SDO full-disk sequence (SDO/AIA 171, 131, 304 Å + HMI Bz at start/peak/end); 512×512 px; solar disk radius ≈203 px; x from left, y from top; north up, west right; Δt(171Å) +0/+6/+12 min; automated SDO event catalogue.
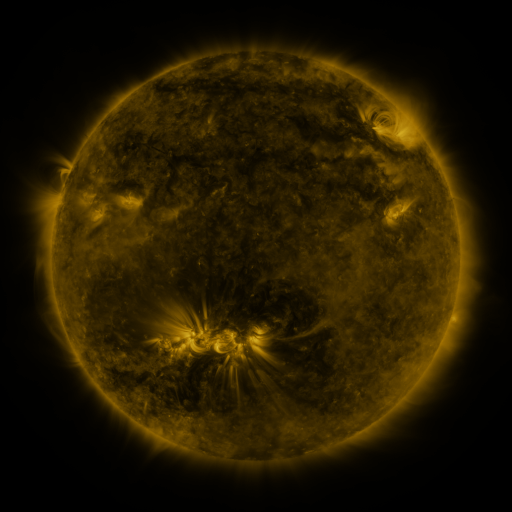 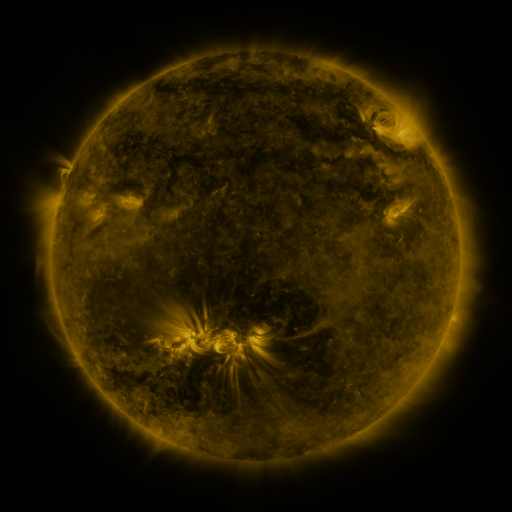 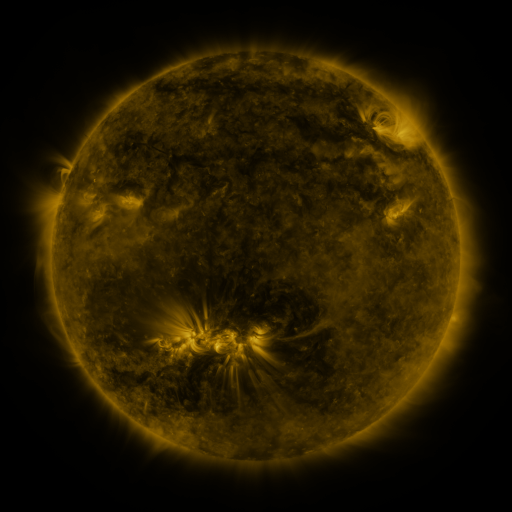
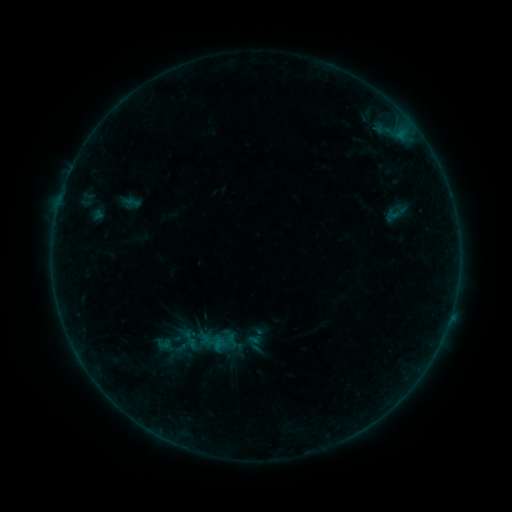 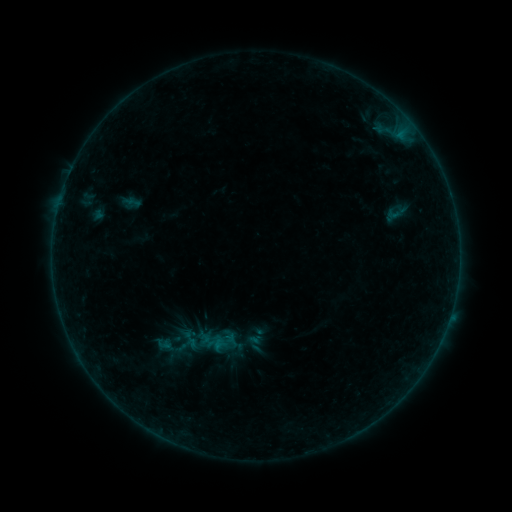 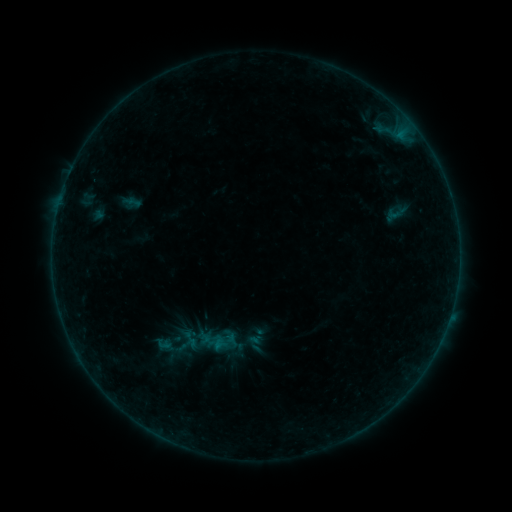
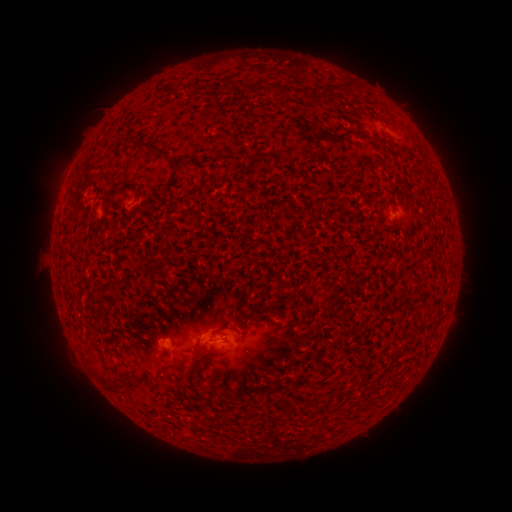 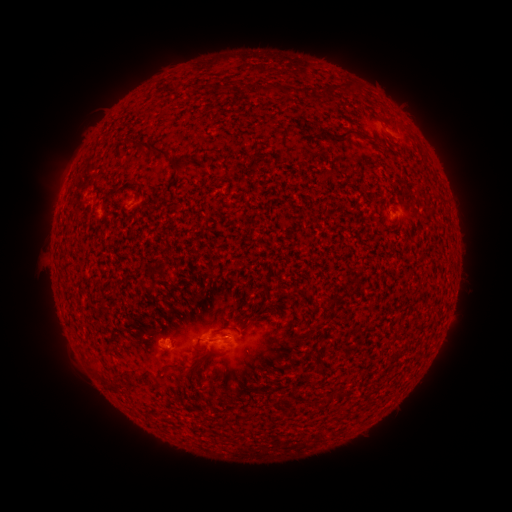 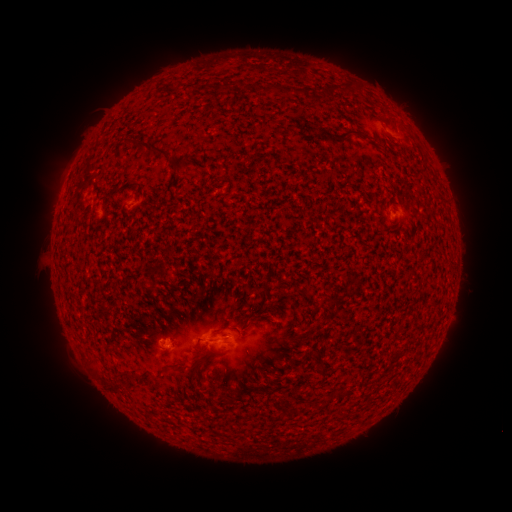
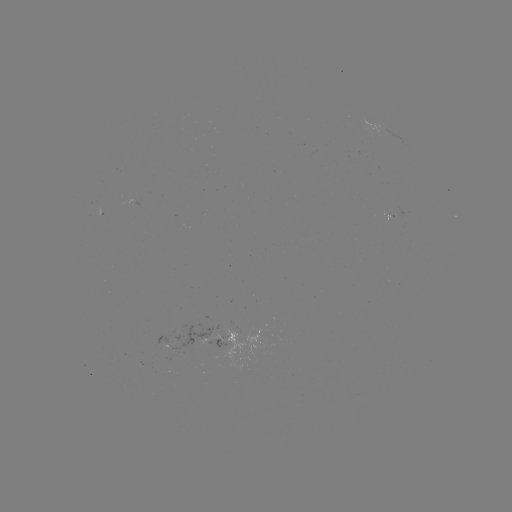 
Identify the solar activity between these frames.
B1.5 flare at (232, 340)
